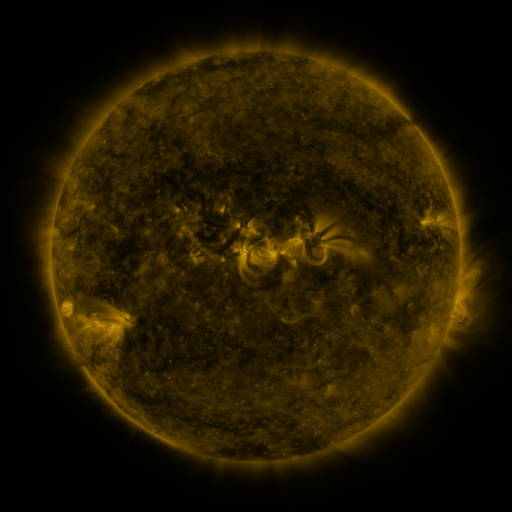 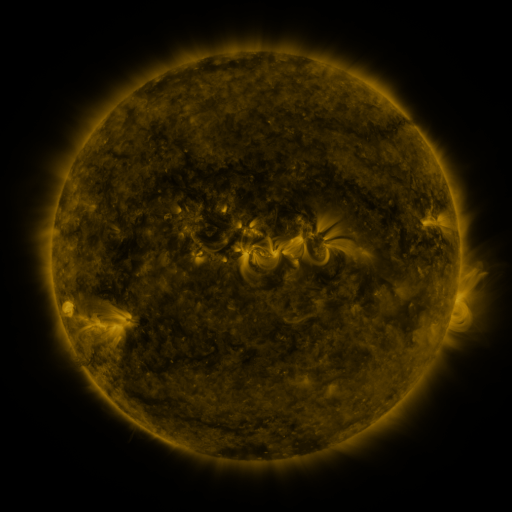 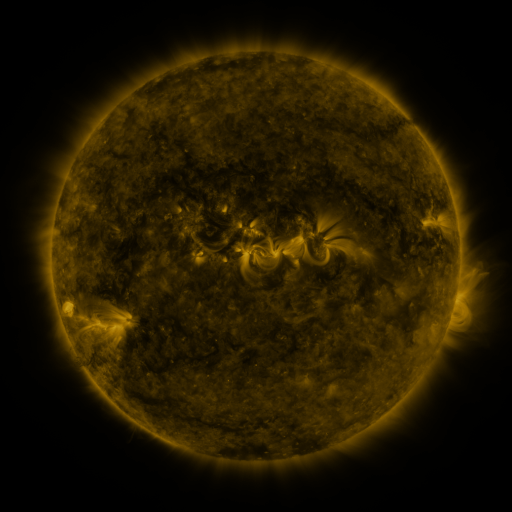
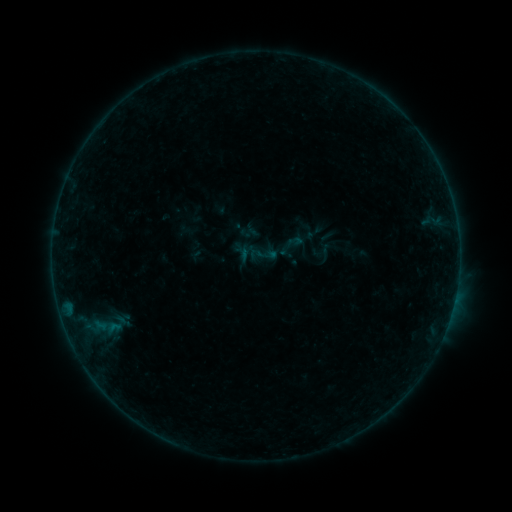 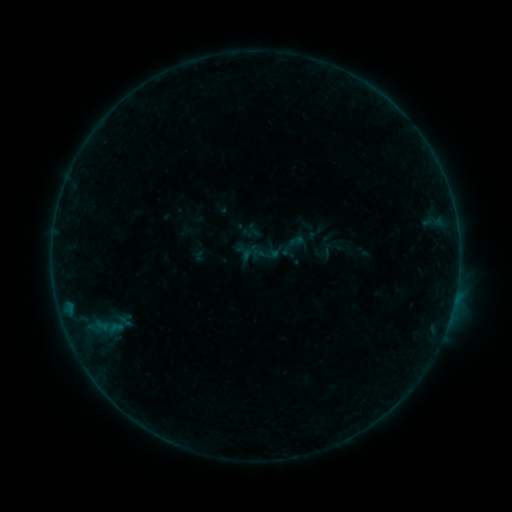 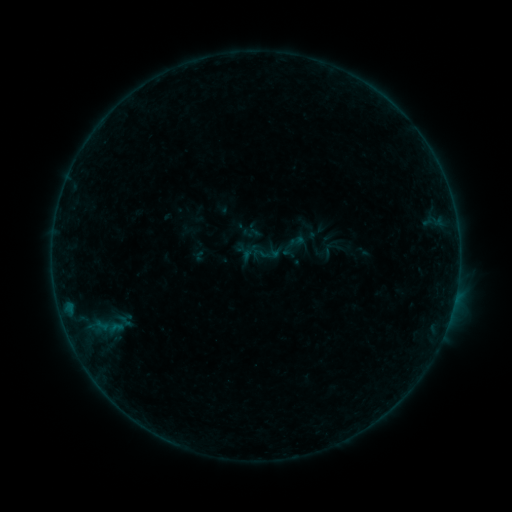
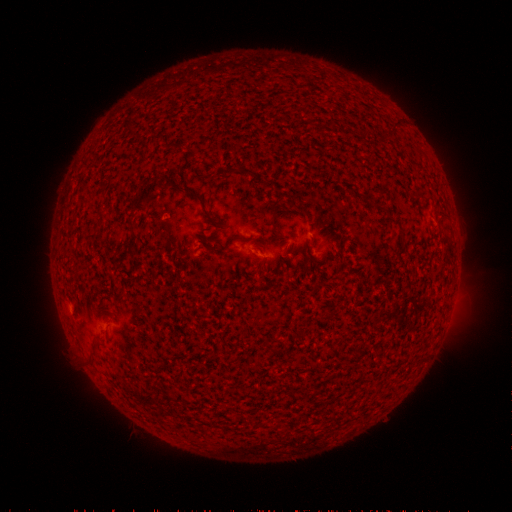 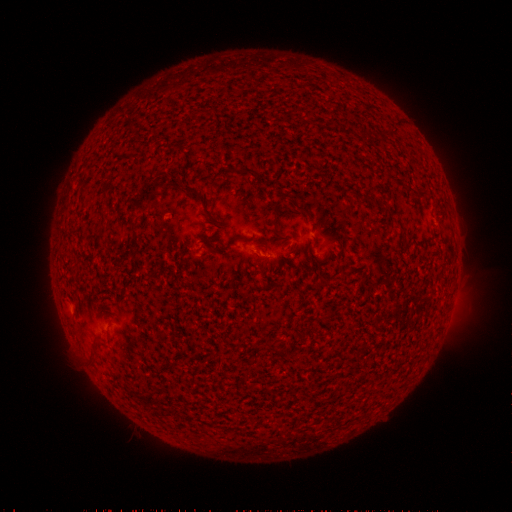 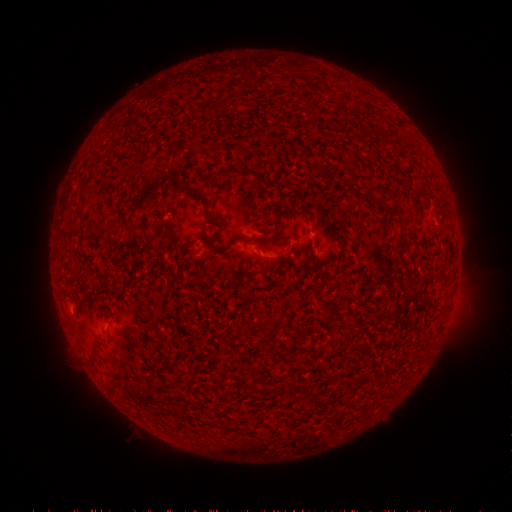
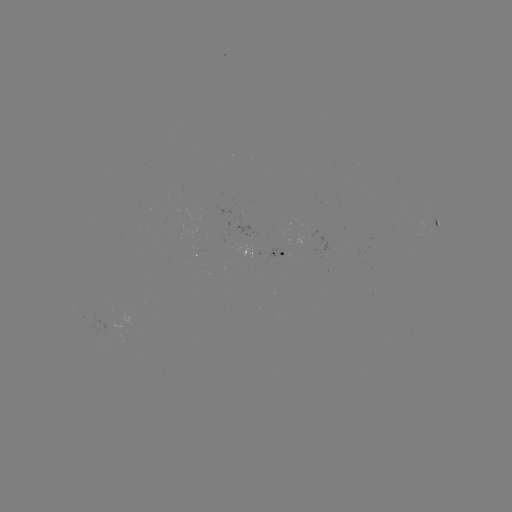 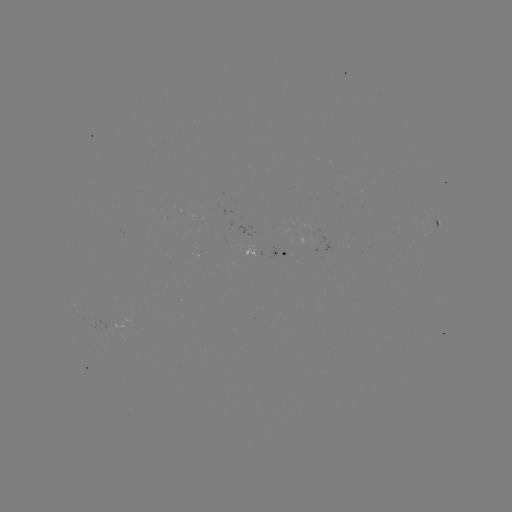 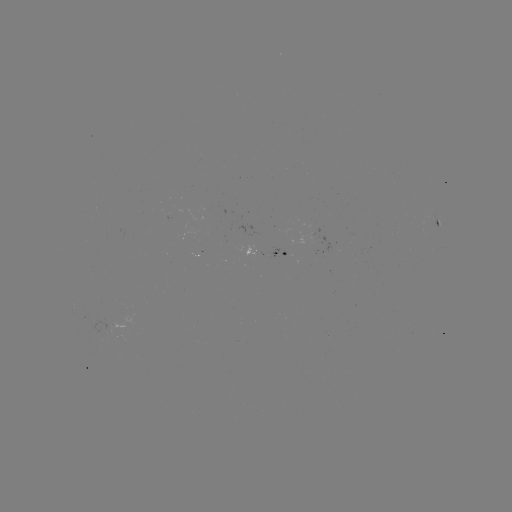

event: emerging-flux region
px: (105, 327)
